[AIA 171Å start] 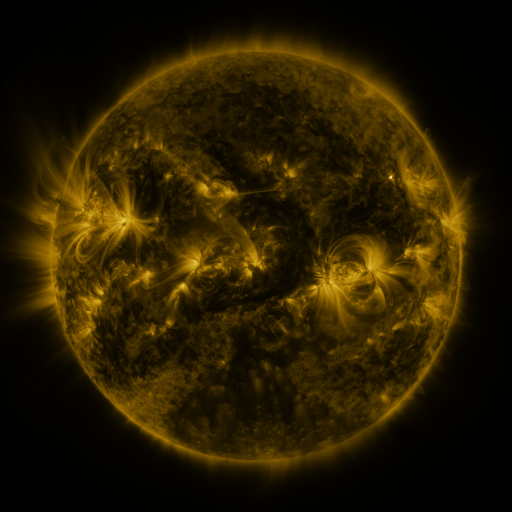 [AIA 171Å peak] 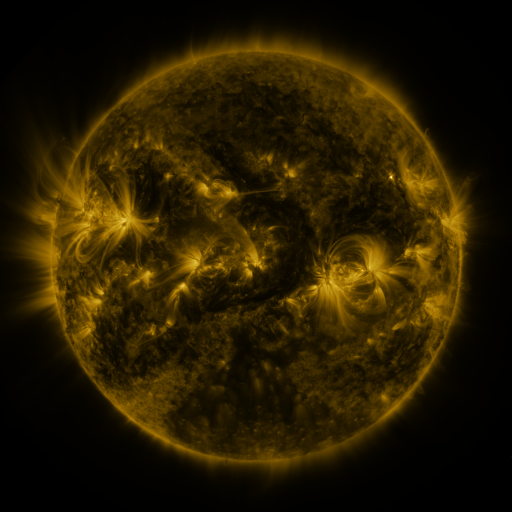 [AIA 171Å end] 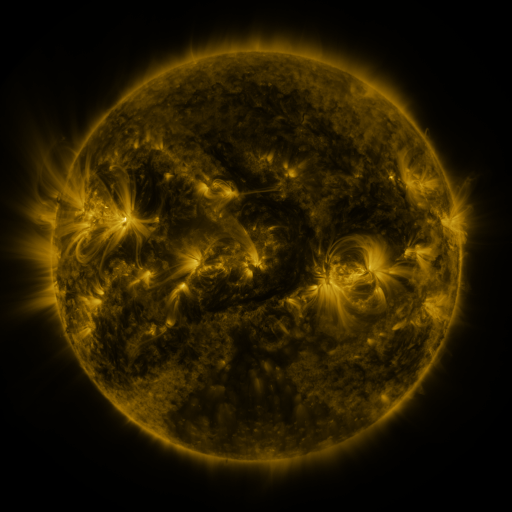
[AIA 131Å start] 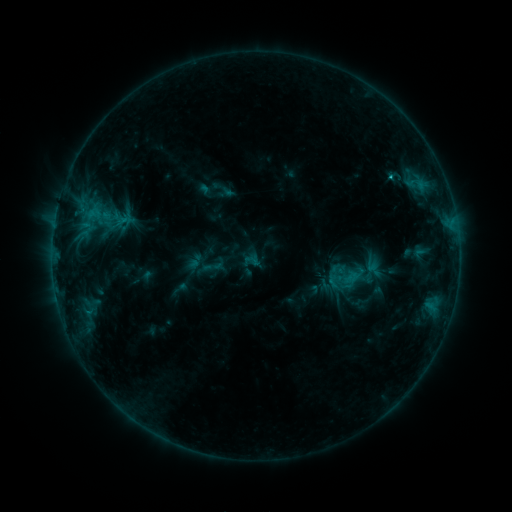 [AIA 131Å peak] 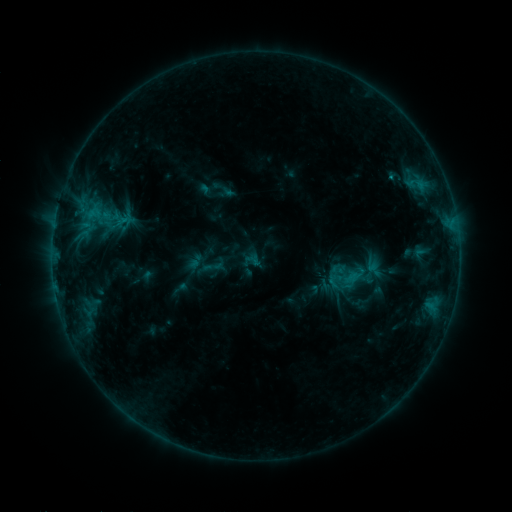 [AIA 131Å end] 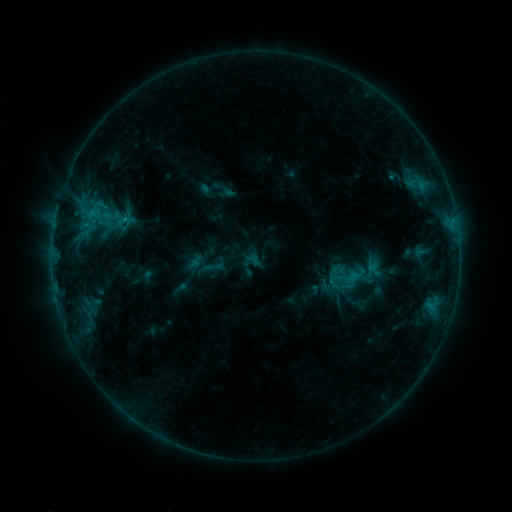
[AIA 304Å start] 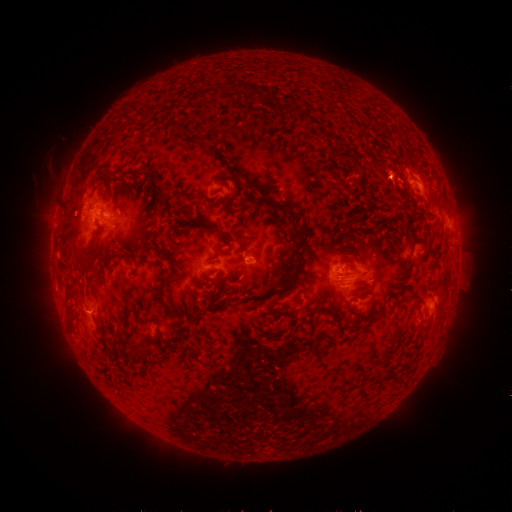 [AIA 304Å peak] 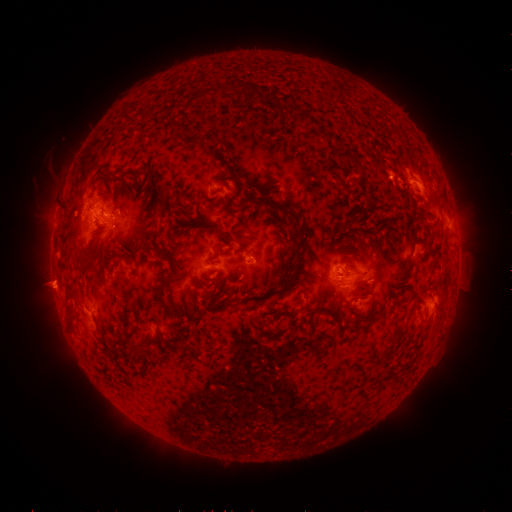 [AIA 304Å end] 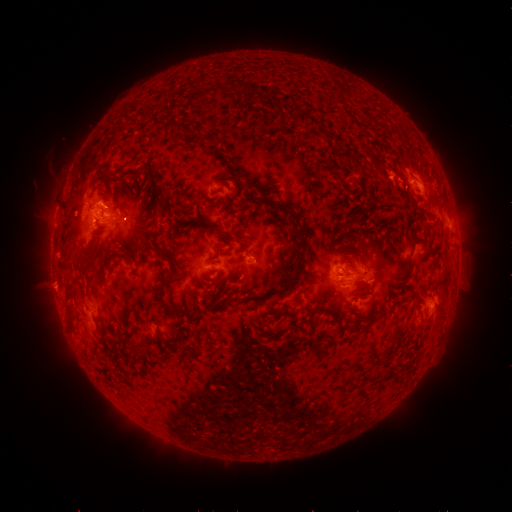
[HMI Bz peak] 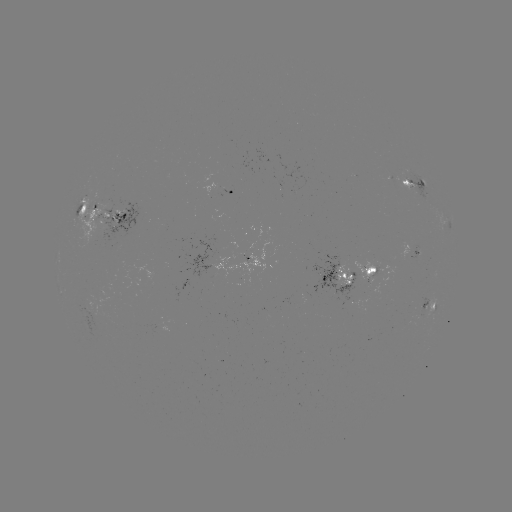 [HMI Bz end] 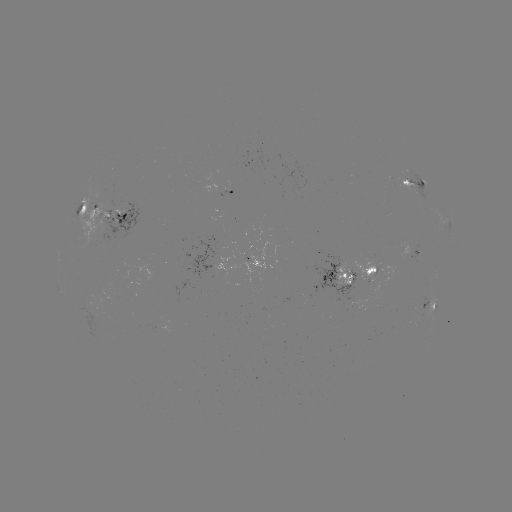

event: eruption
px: (52, 284)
